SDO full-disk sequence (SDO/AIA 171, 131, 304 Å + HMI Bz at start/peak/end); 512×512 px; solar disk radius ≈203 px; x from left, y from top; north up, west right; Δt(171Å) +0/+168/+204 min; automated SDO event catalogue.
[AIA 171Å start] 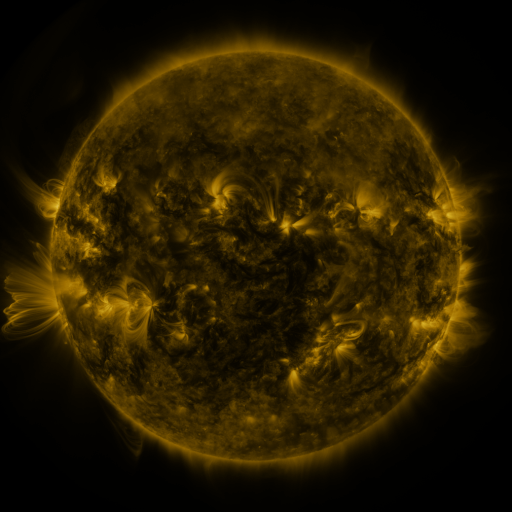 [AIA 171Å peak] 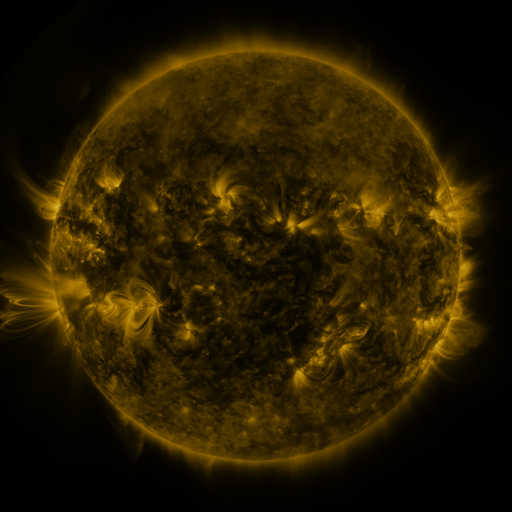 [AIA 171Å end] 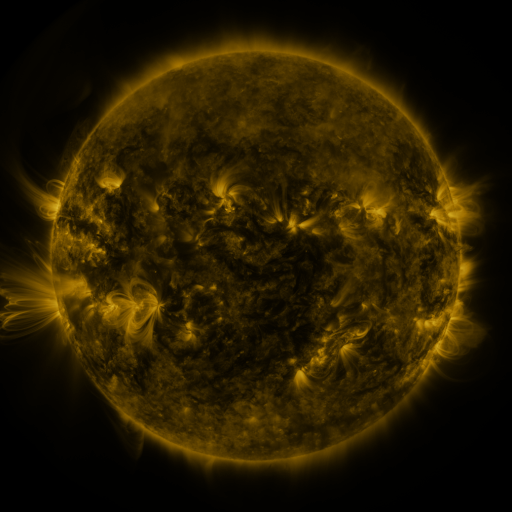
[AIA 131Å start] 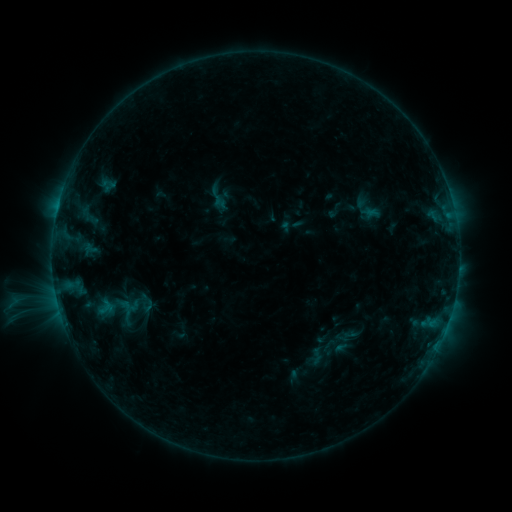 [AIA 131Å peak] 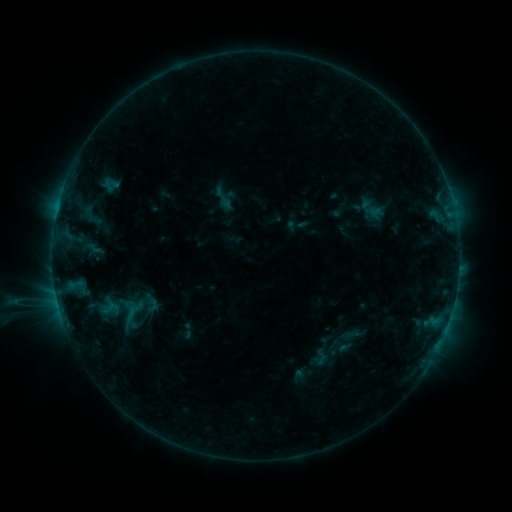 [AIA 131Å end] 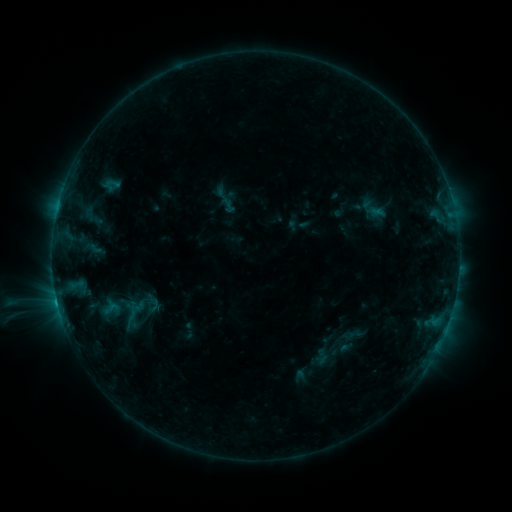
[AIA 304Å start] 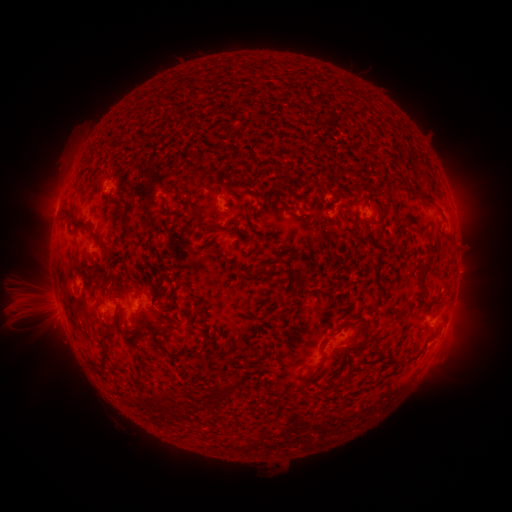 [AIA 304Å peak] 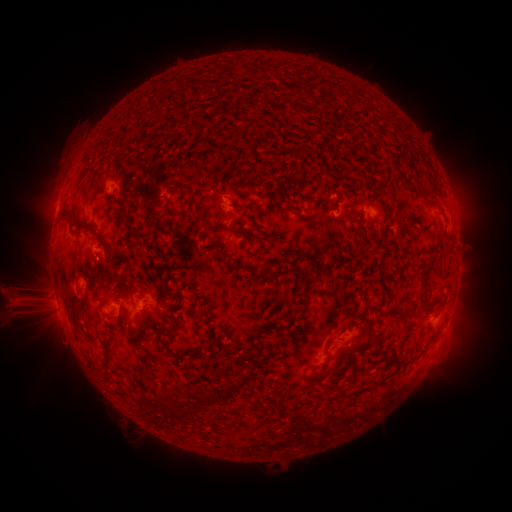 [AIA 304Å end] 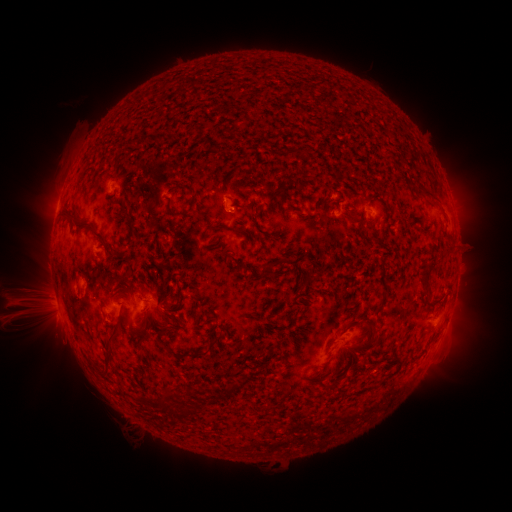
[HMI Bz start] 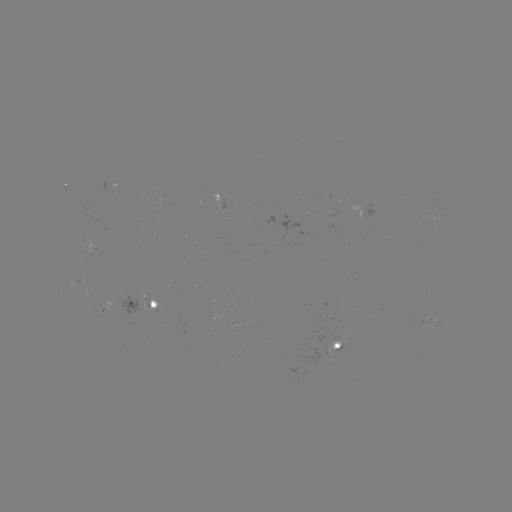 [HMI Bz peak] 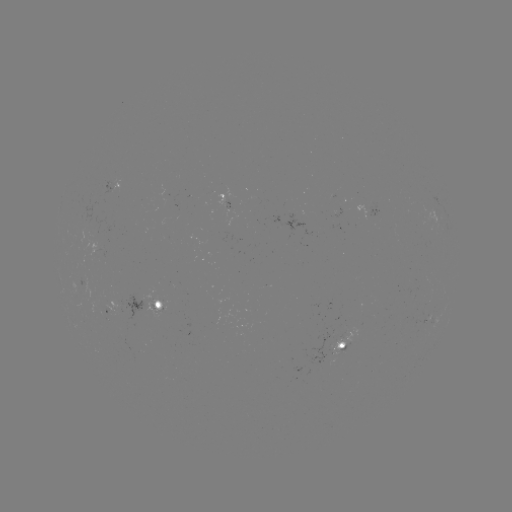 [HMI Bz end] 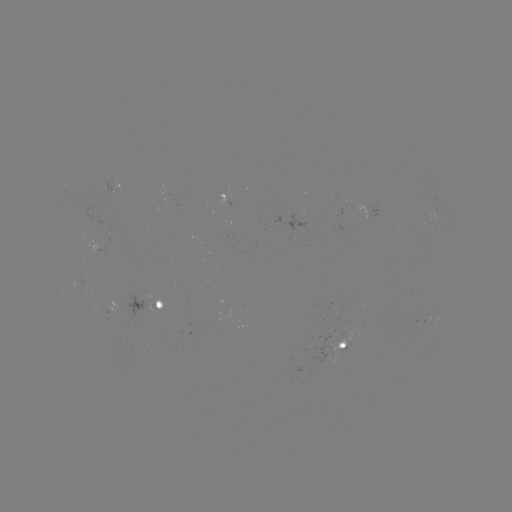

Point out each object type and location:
emerging-flux region: (338, 341)
